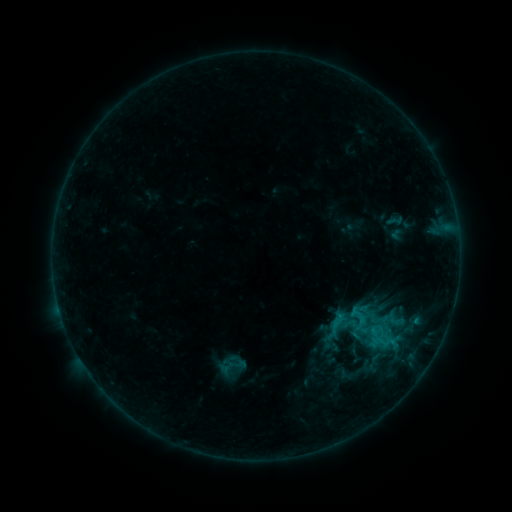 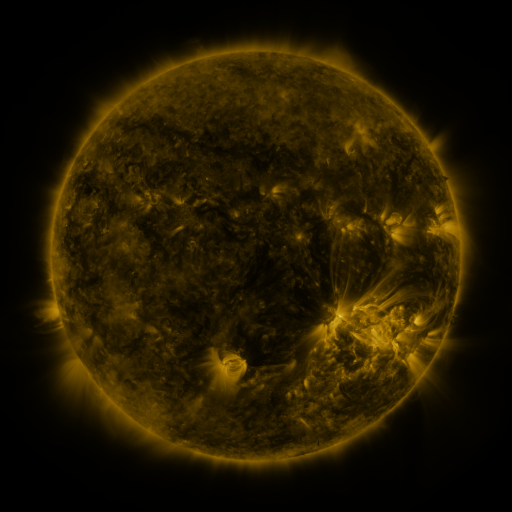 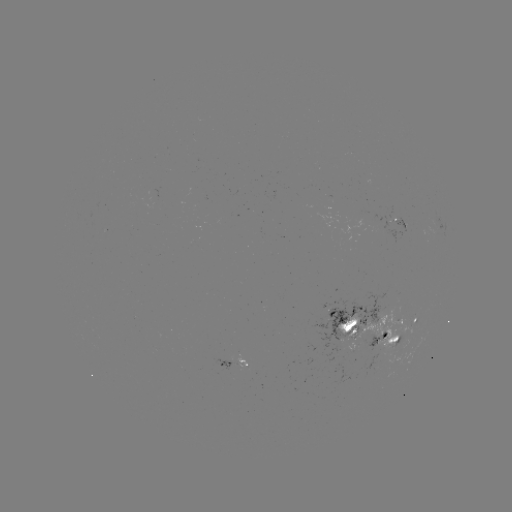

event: sigmoid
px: (232, 365)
